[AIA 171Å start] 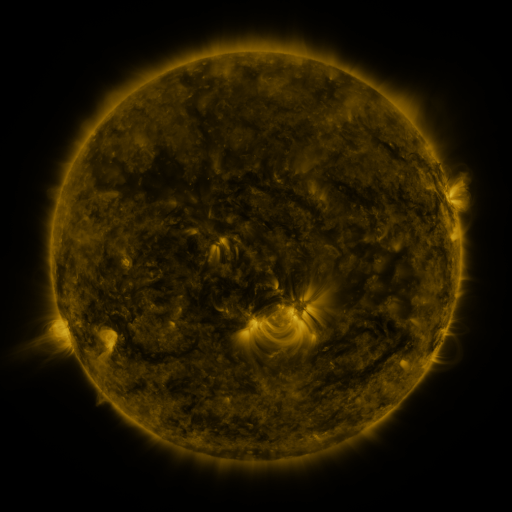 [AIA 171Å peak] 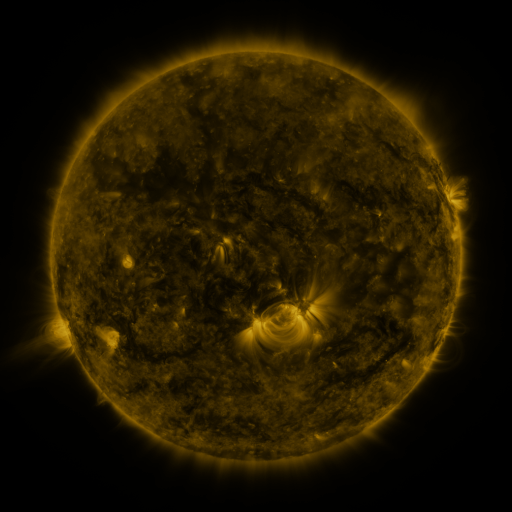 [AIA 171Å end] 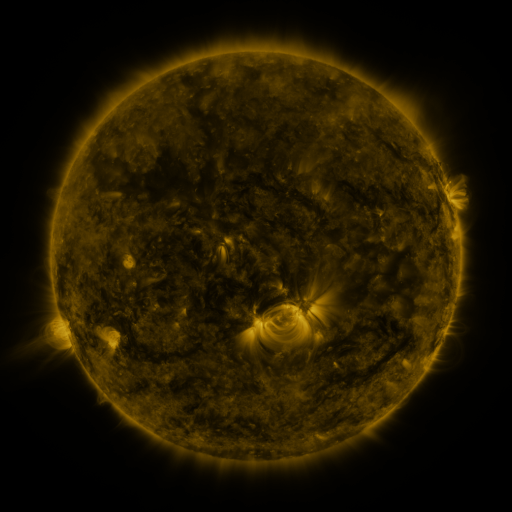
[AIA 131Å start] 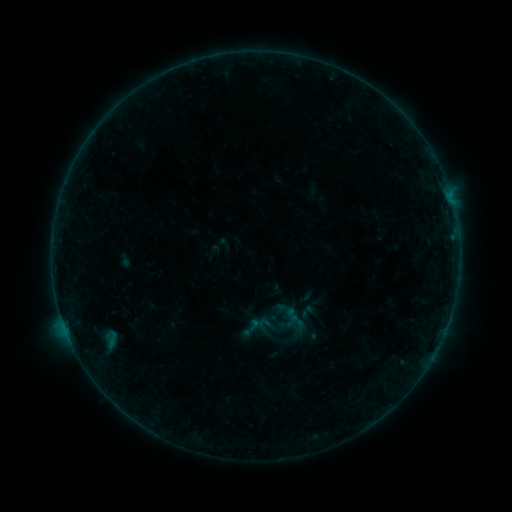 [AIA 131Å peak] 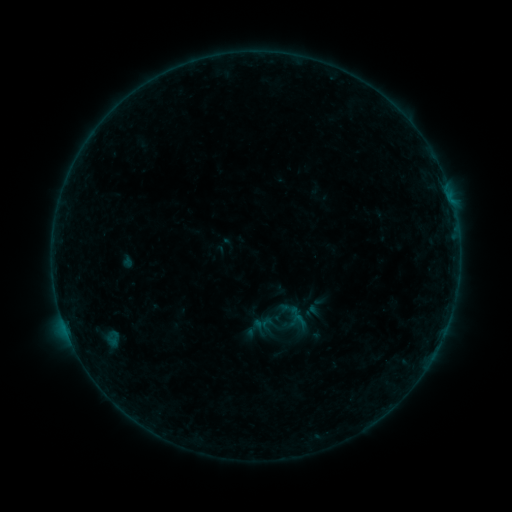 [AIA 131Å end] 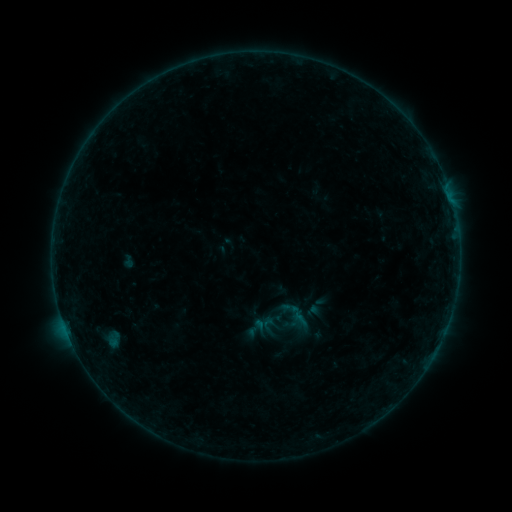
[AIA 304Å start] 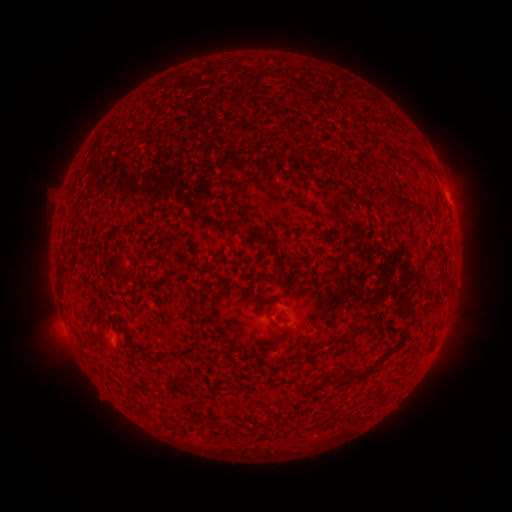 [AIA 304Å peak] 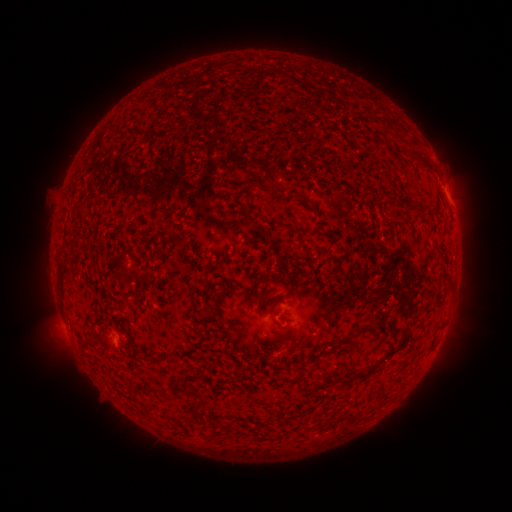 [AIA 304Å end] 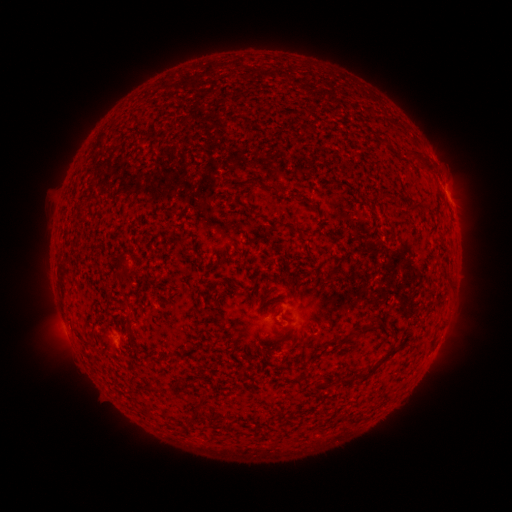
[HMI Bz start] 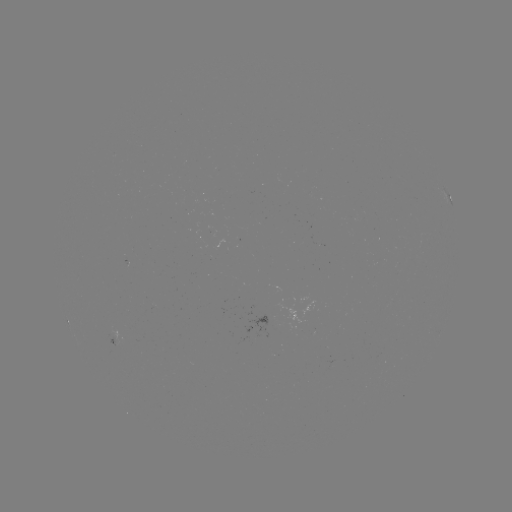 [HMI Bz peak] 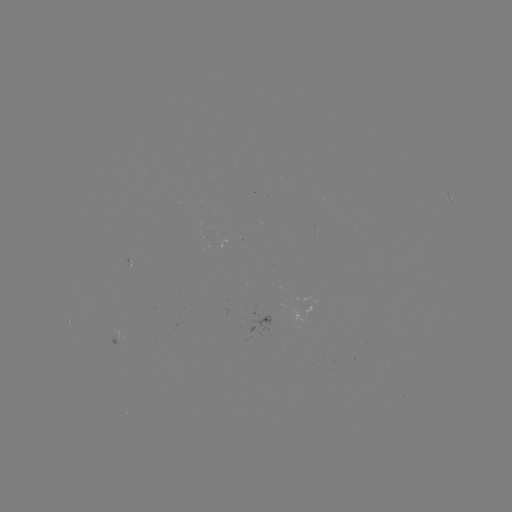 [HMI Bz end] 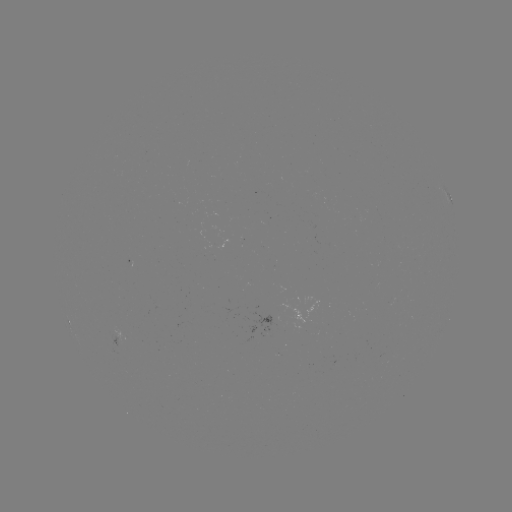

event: emerging-flux region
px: (167, 389)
